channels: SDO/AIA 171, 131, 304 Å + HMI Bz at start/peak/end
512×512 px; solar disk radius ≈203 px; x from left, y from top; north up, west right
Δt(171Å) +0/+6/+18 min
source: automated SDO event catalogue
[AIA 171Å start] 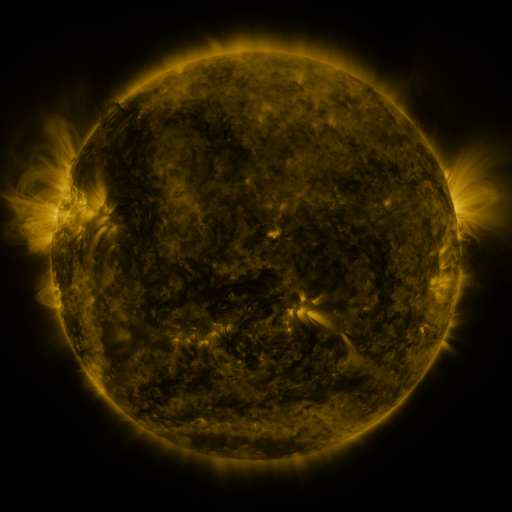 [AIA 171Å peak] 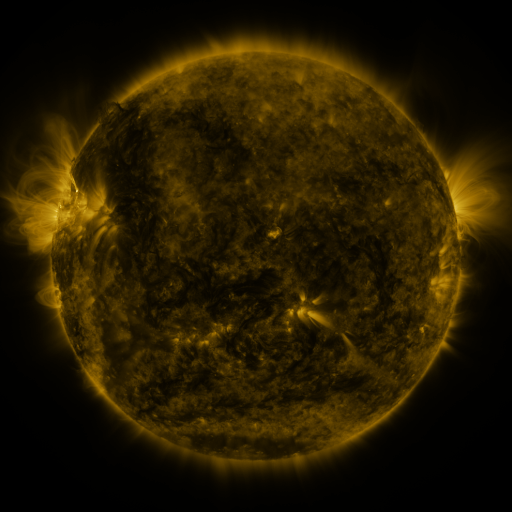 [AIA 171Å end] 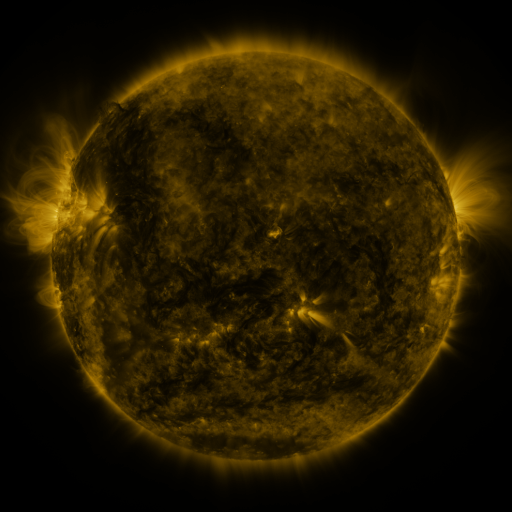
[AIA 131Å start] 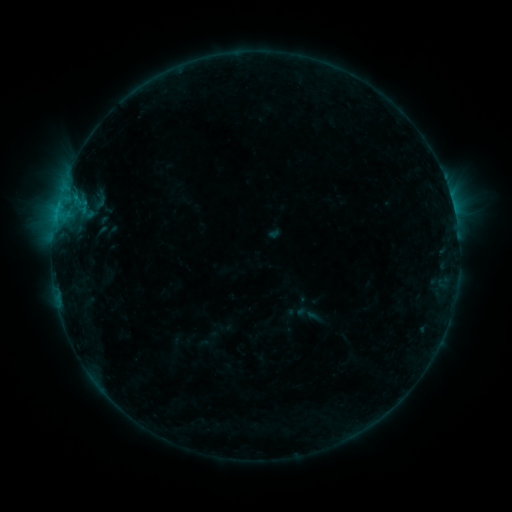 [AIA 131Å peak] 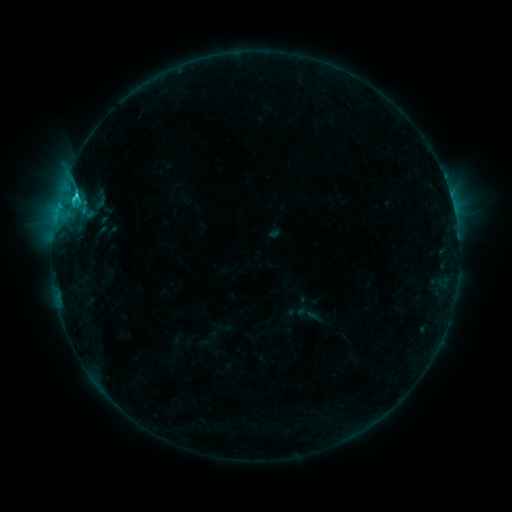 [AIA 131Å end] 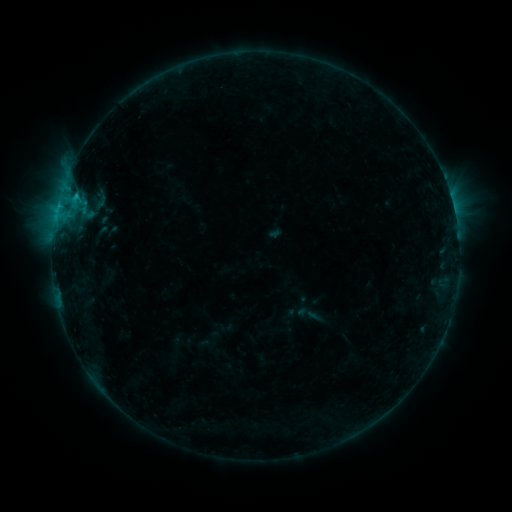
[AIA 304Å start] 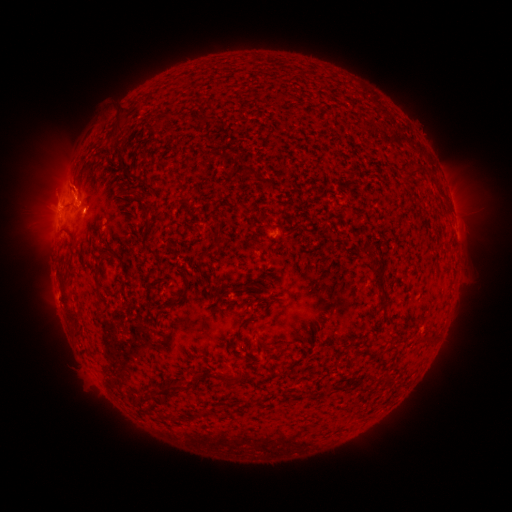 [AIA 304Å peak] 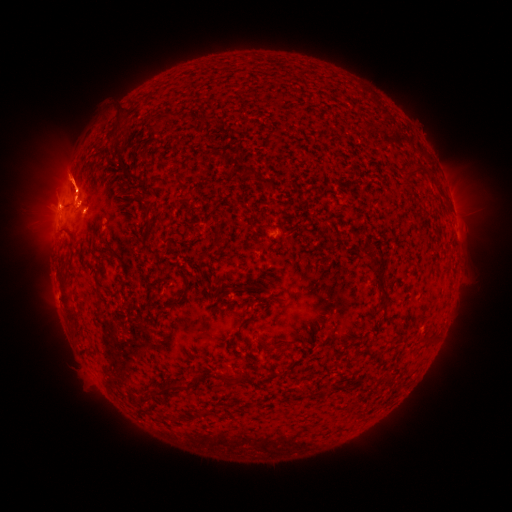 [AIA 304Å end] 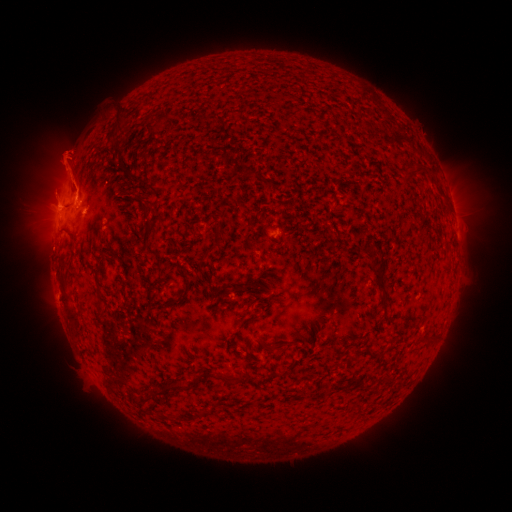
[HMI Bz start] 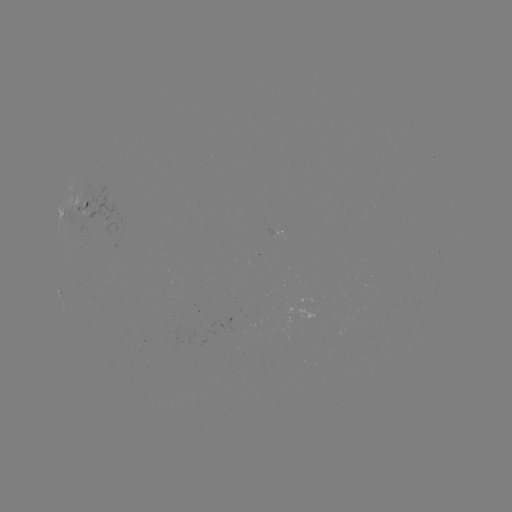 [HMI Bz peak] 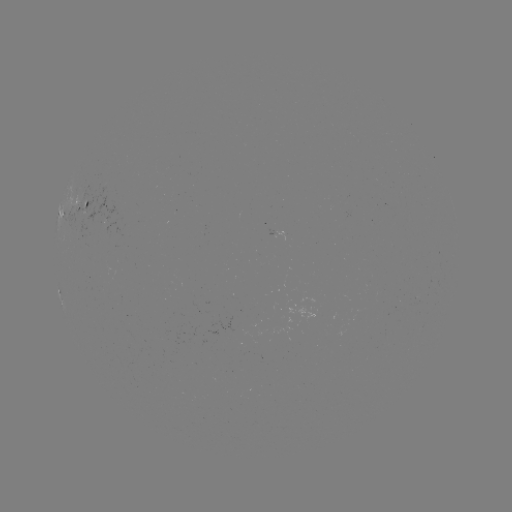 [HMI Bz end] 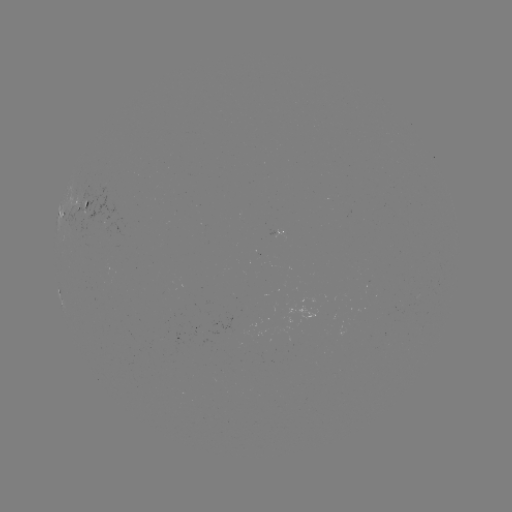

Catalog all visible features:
C1.5 flare: (76, 196)
